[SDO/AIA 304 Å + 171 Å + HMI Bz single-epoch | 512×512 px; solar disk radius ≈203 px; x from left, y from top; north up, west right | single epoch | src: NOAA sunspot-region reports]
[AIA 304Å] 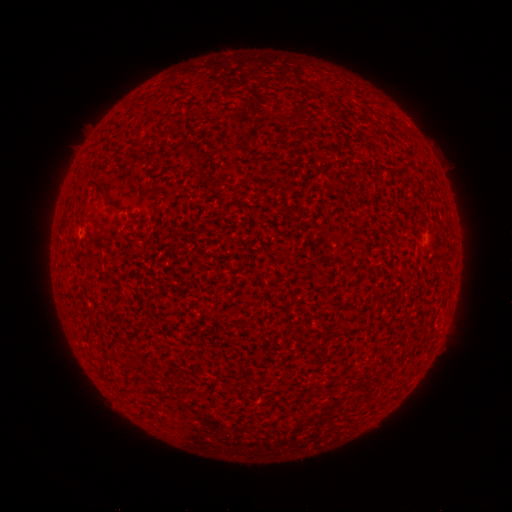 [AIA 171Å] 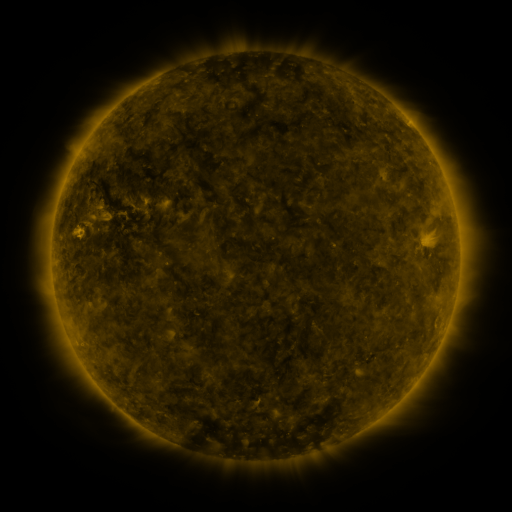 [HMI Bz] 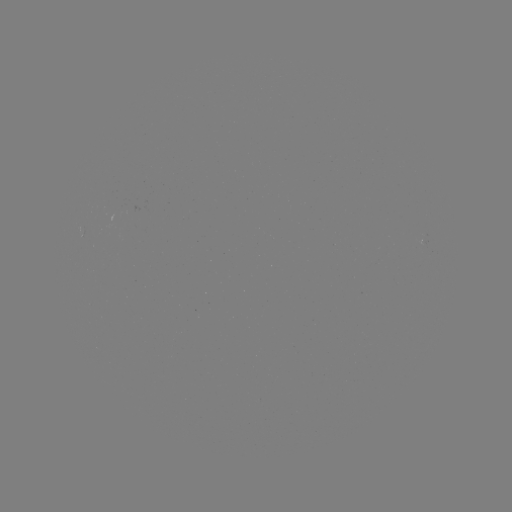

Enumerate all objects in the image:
(none)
